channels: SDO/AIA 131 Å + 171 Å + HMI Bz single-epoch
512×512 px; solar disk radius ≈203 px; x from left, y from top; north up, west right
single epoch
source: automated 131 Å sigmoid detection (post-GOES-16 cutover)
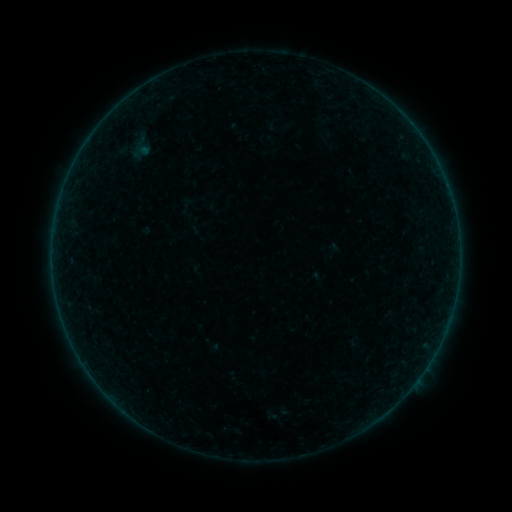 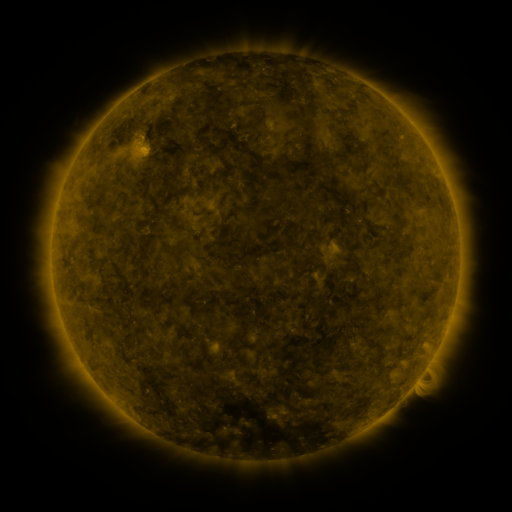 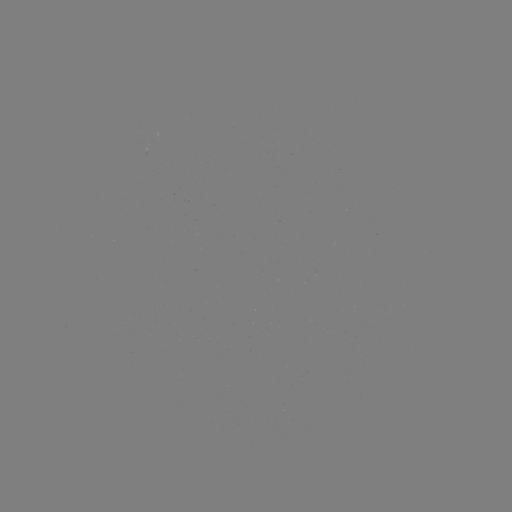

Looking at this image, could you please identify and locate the sigmoid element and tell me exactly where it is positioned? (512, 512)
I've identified sigmoid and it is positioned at (141, 148).